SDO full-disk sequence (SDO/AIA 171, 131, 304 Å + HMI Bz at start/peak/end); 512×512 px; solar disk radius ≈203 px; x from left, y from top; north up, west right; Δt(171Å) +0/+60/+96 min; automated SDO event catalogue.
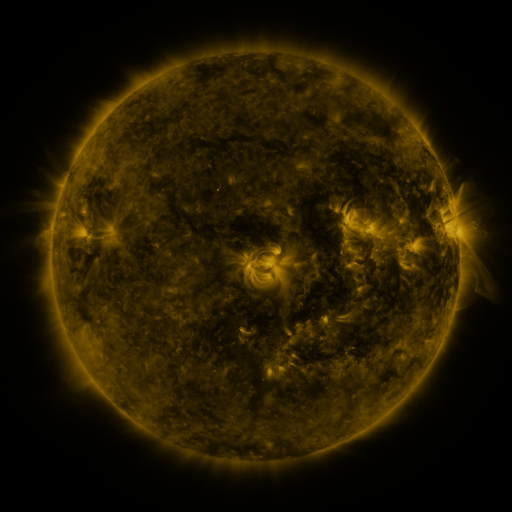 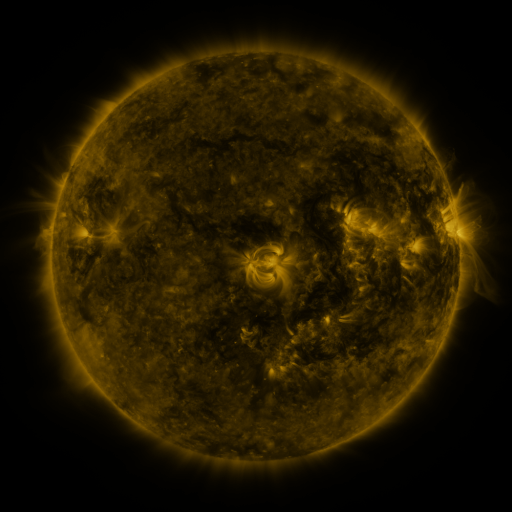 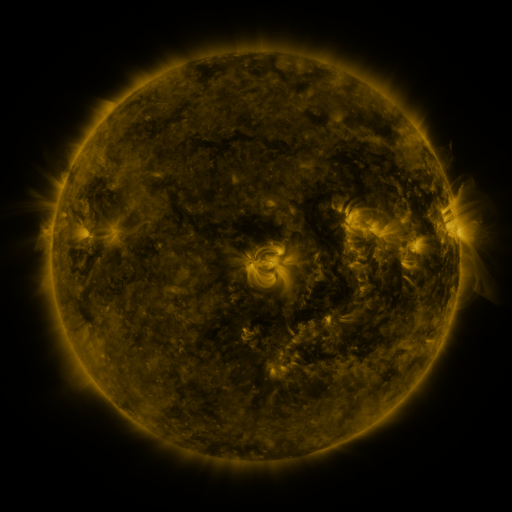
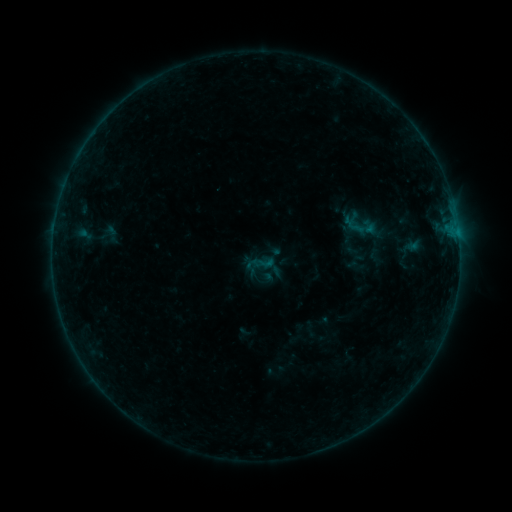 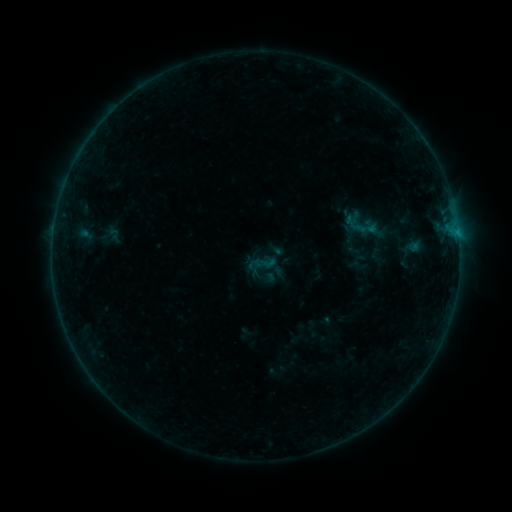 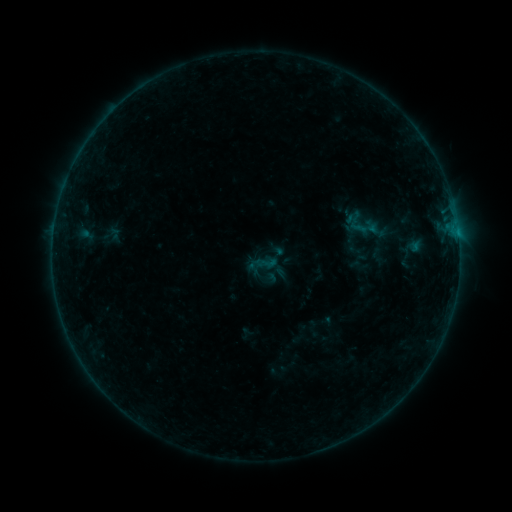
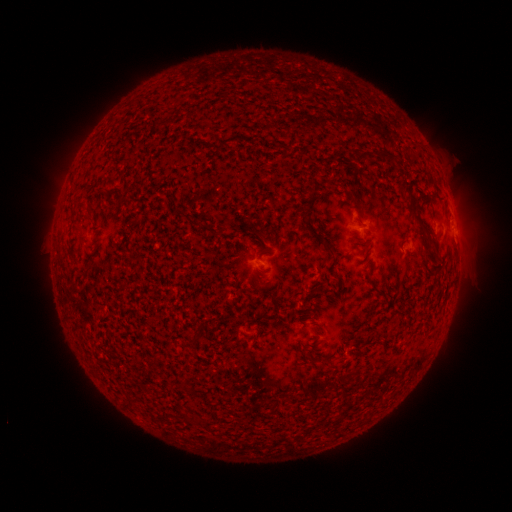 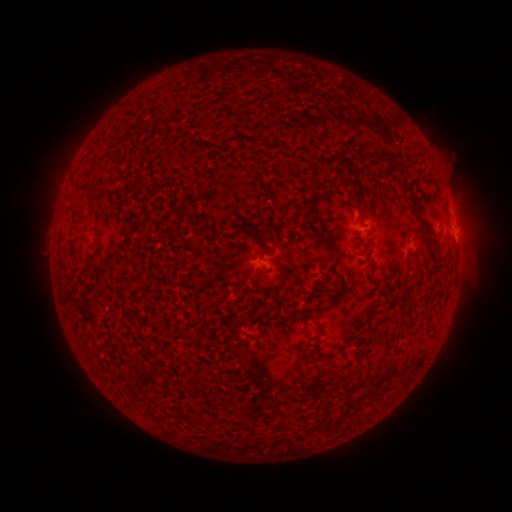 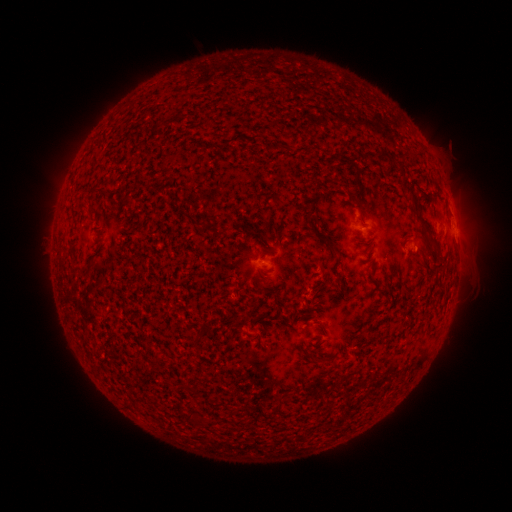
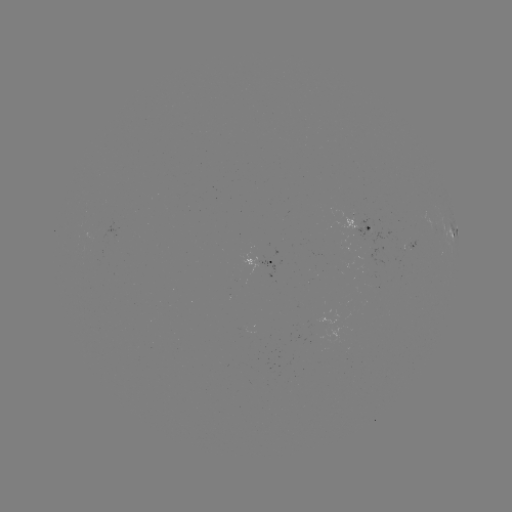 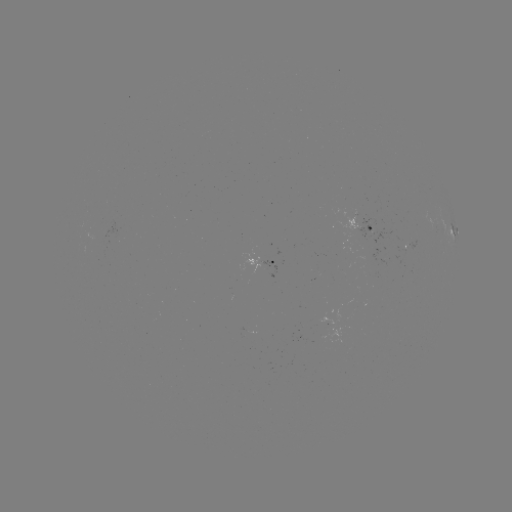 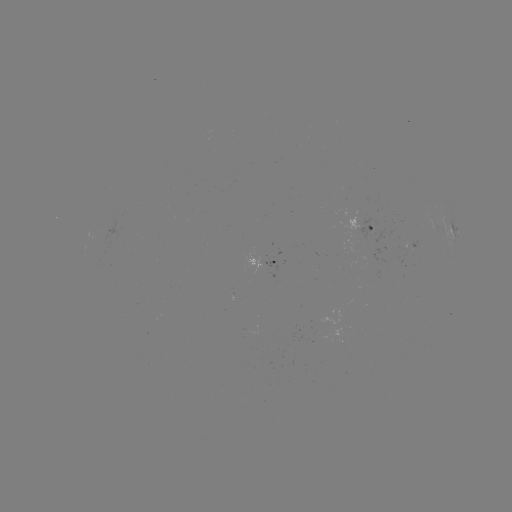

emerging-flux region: [340, 220, 382, 249]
